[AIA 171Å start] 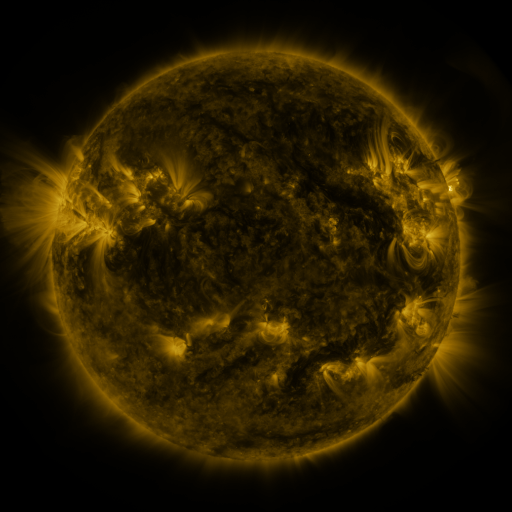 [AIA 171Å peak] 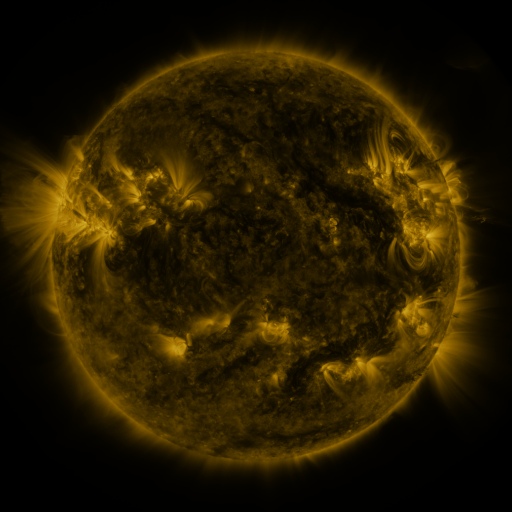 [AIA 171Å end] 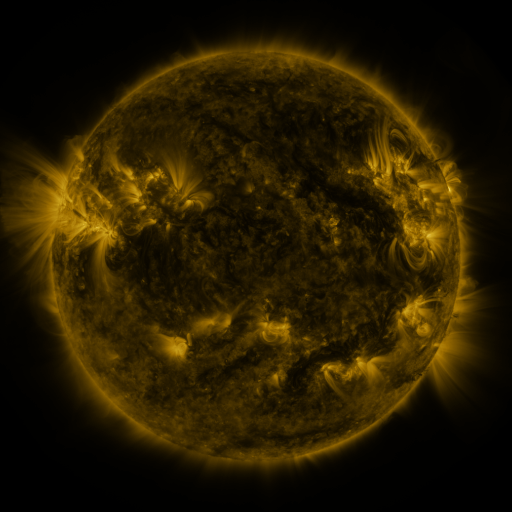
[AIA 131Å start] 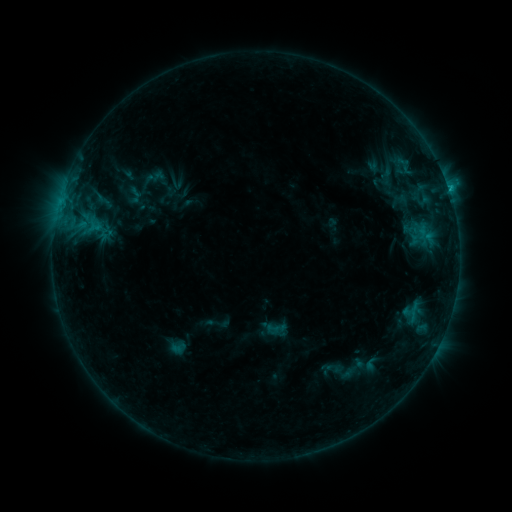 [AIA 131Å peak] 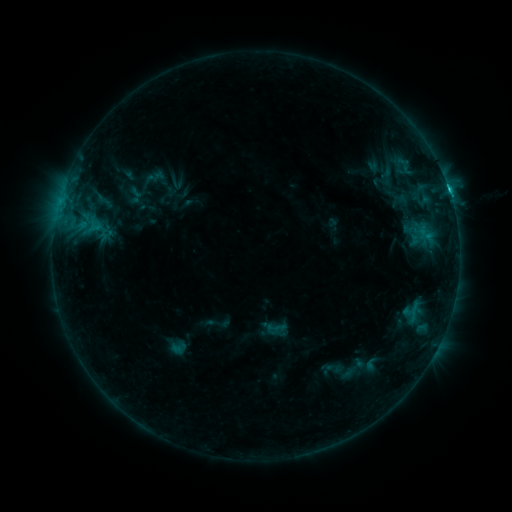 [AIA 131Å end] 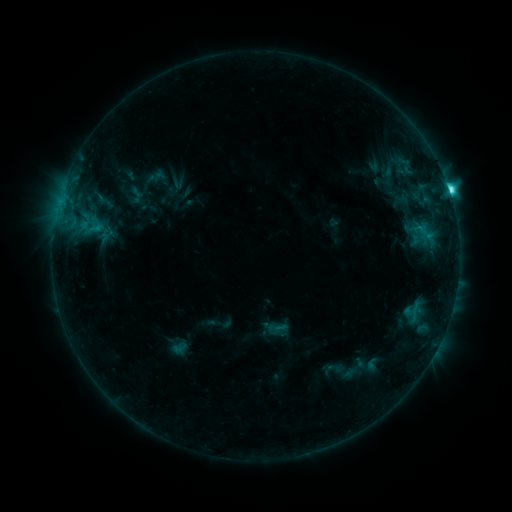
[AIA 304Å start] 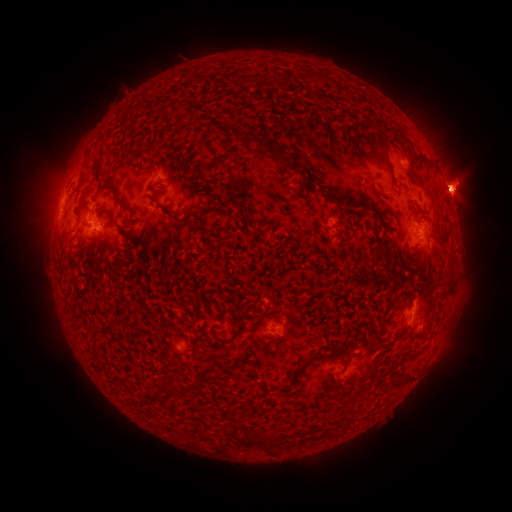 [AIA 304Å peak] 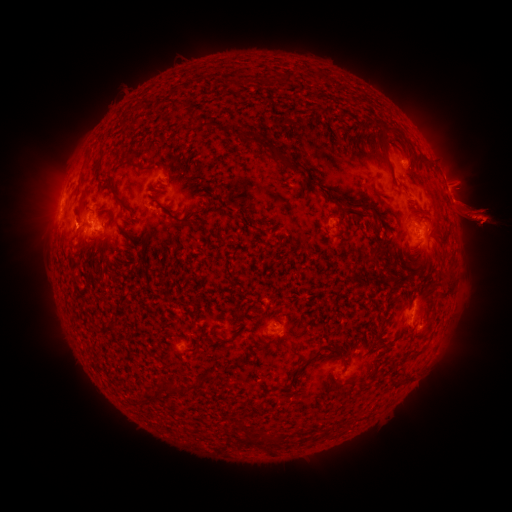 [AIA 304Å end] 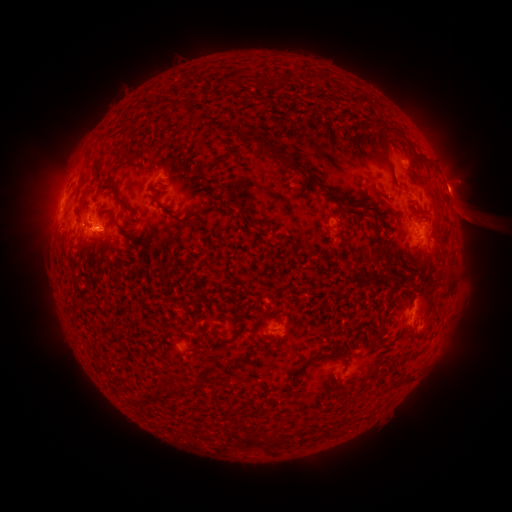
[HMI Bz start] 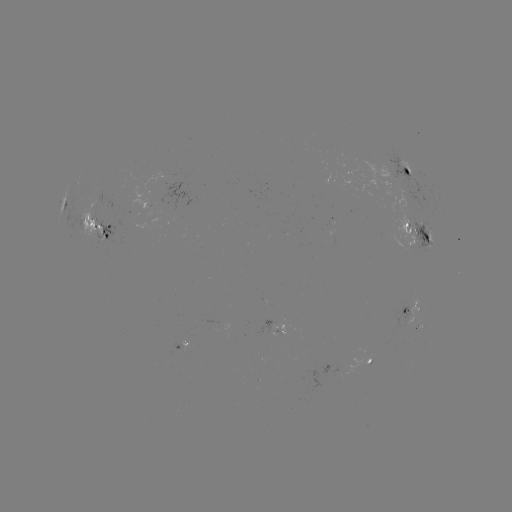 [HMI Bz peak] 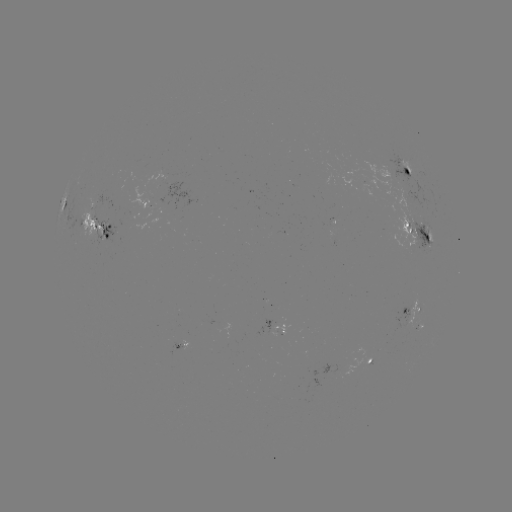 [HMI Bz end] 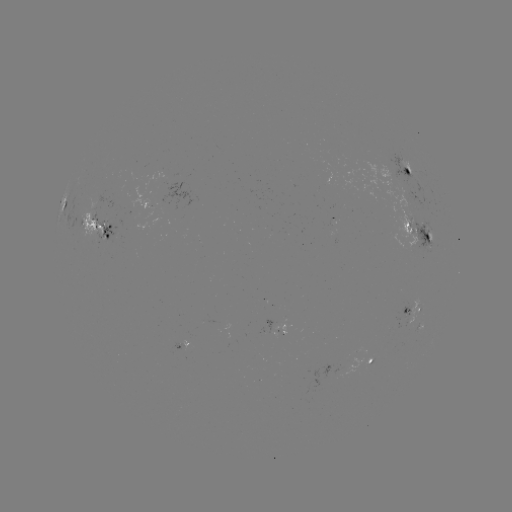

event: flare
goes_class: M1.6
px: (449, 194)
